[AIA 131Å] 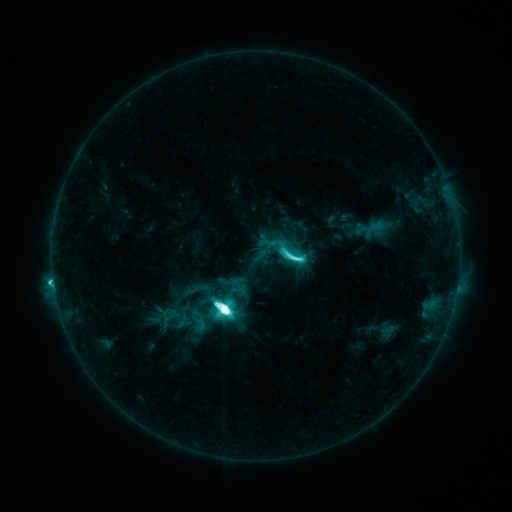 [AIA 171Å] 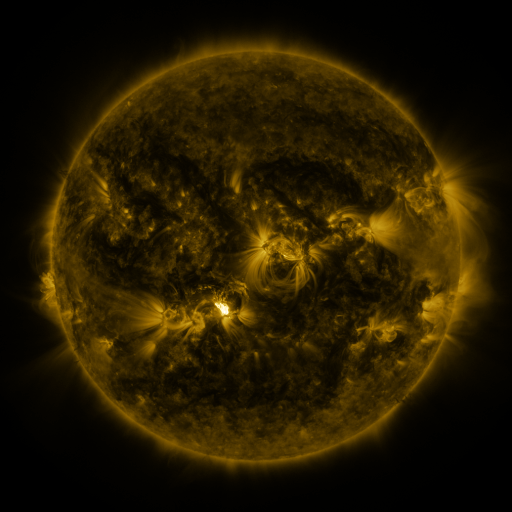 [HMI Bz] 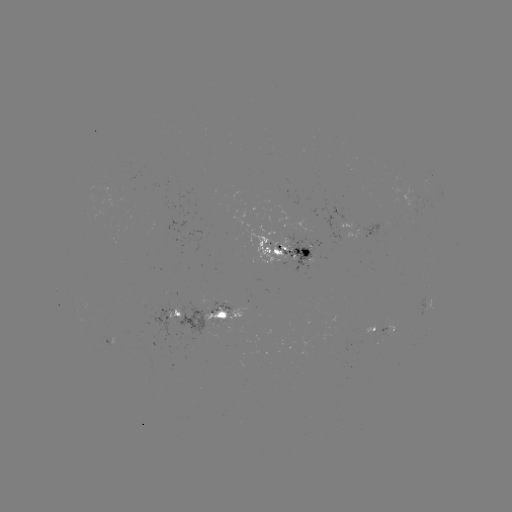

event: sigmoid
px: (286, 251)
